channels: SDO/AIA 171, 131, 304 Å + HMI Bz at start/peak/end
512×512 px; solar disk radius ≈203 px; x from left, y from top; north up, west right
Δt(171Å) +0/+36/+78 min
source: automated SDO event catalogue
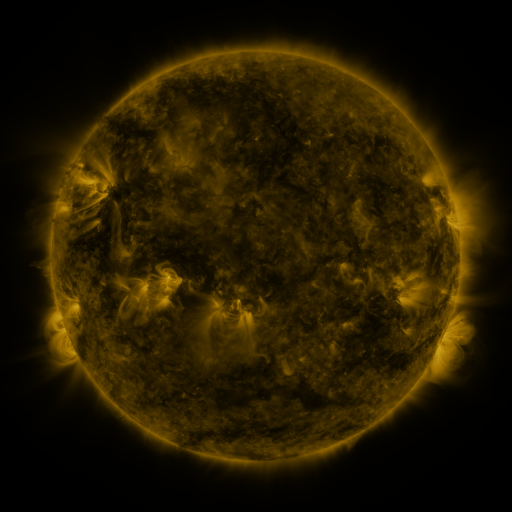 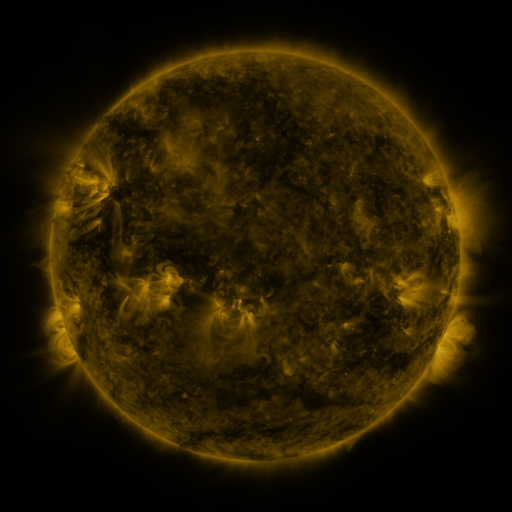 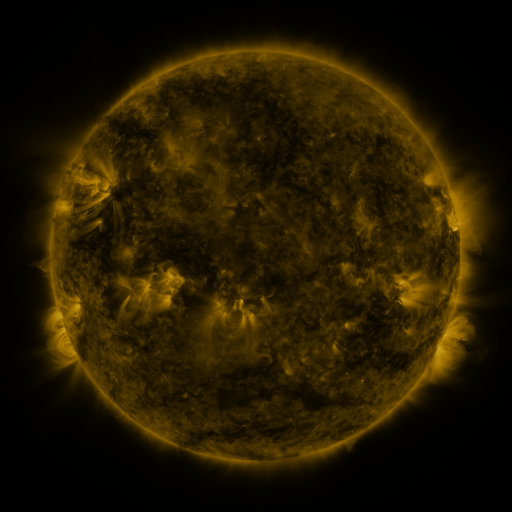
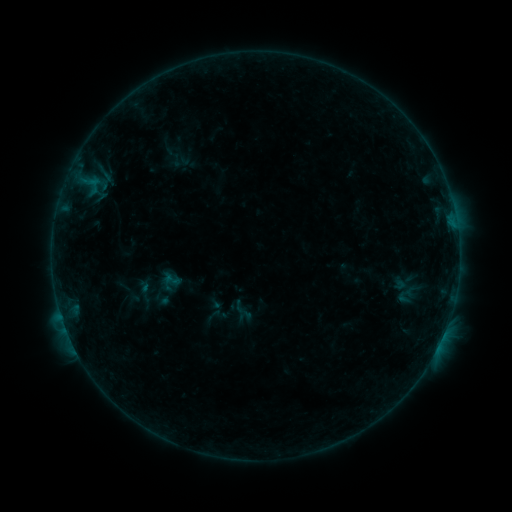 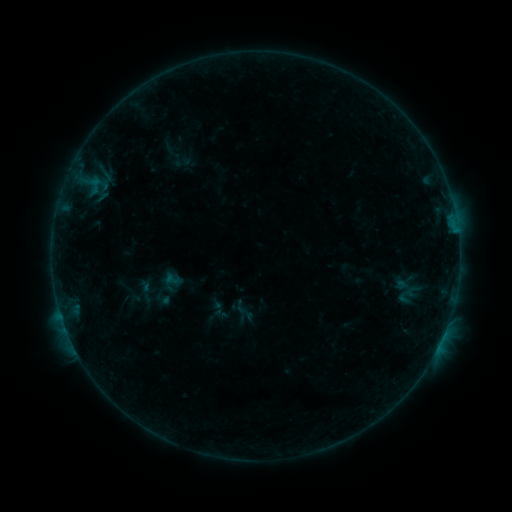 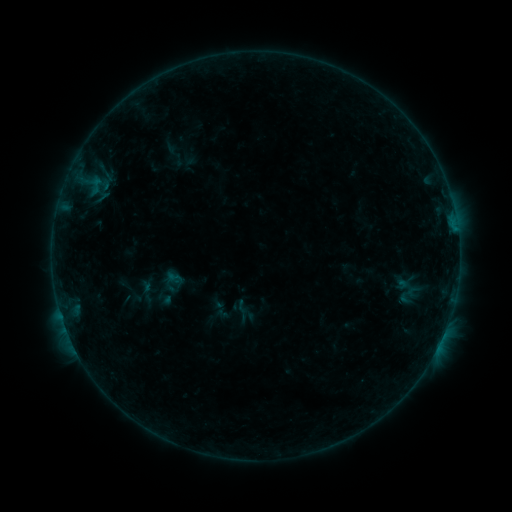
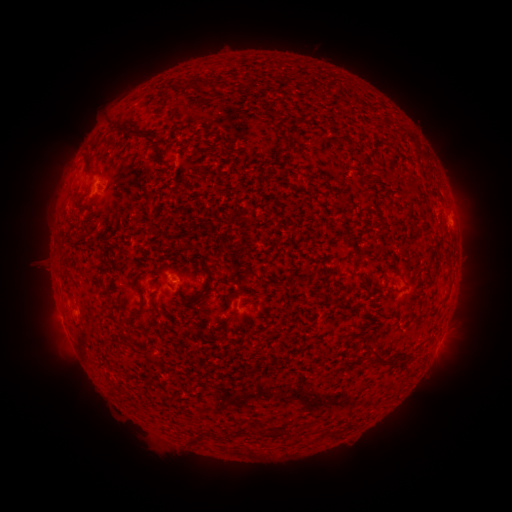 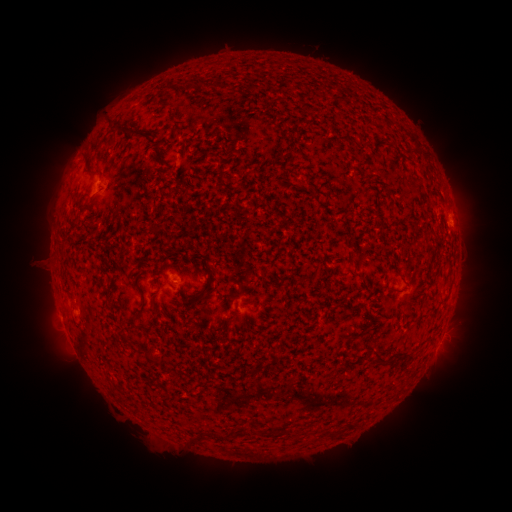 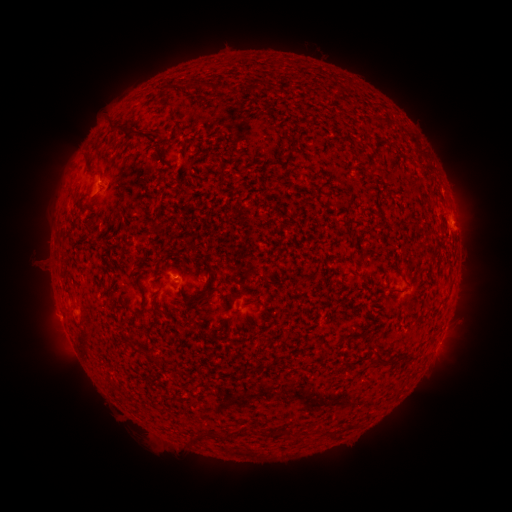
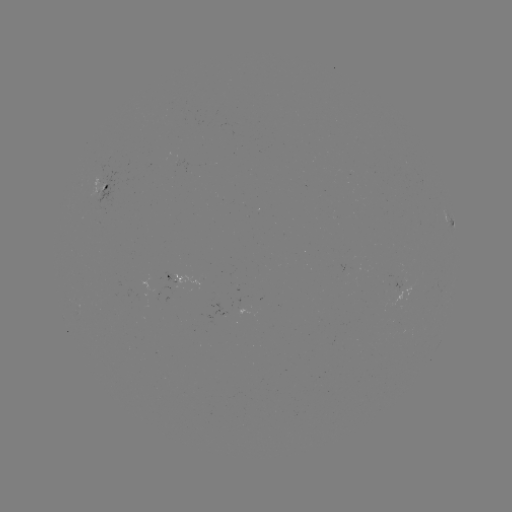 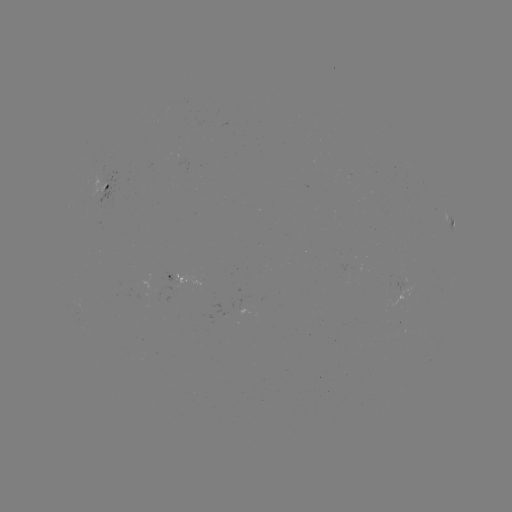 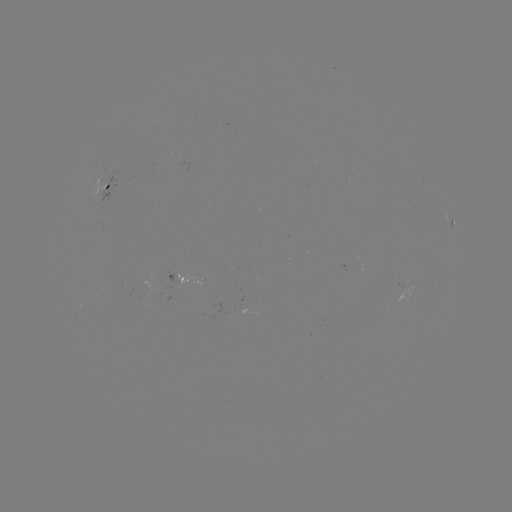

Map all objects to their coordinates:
B2.8 flare: (455, 231)
